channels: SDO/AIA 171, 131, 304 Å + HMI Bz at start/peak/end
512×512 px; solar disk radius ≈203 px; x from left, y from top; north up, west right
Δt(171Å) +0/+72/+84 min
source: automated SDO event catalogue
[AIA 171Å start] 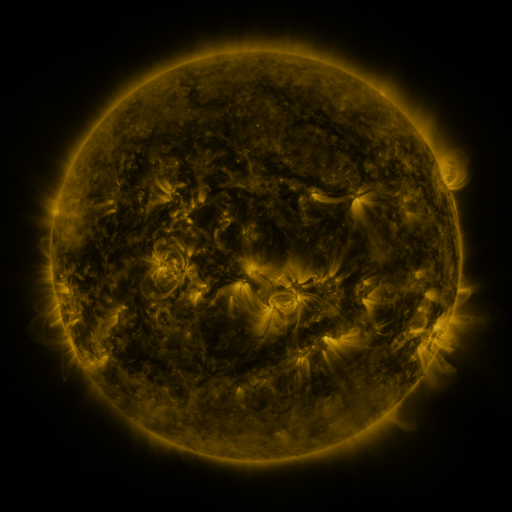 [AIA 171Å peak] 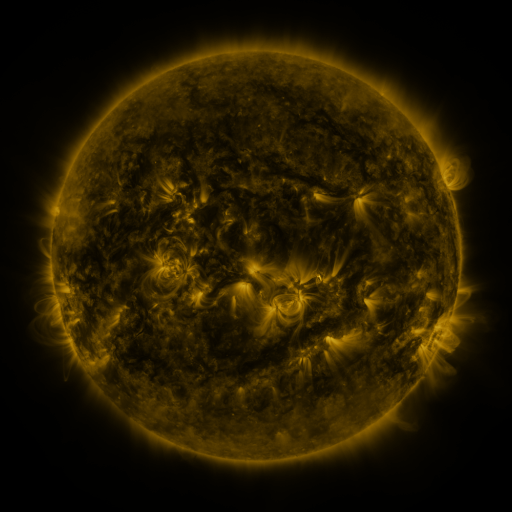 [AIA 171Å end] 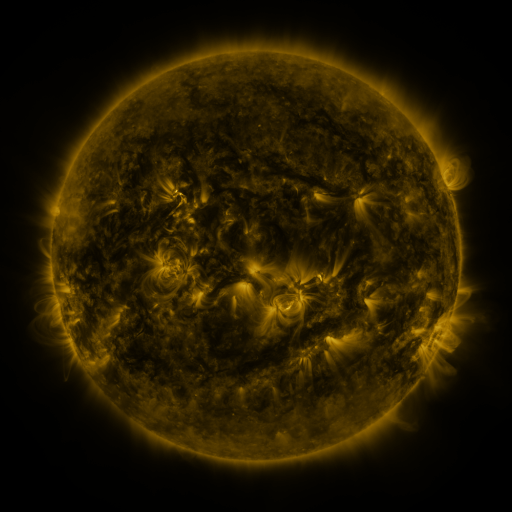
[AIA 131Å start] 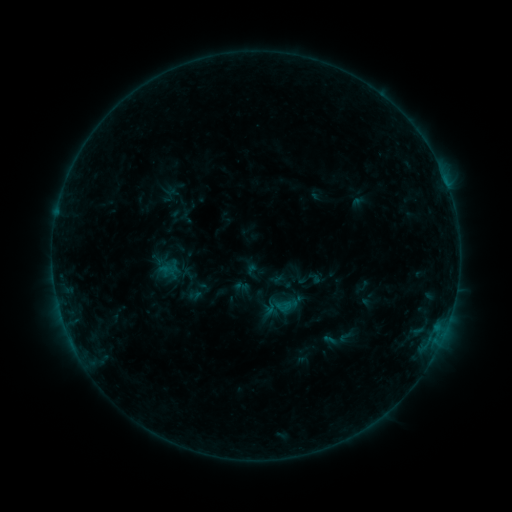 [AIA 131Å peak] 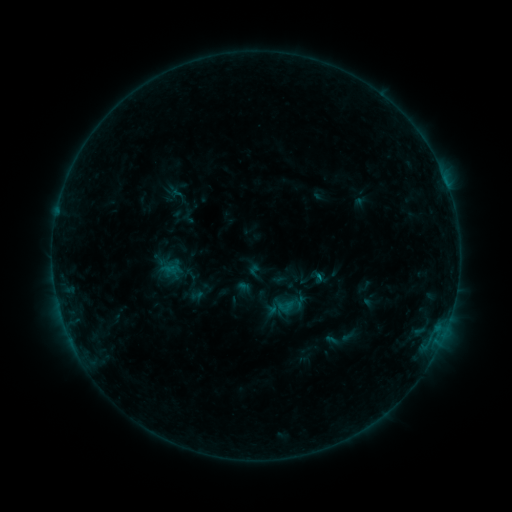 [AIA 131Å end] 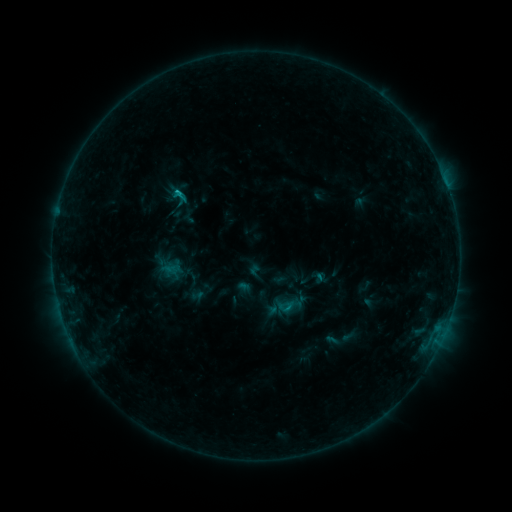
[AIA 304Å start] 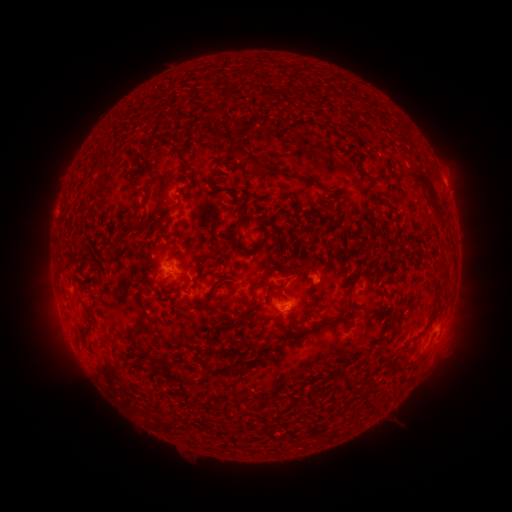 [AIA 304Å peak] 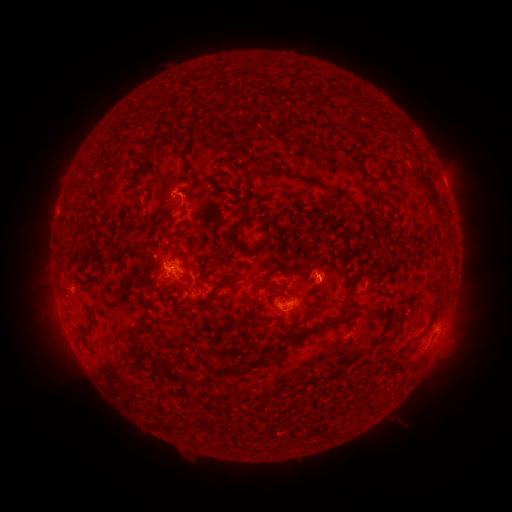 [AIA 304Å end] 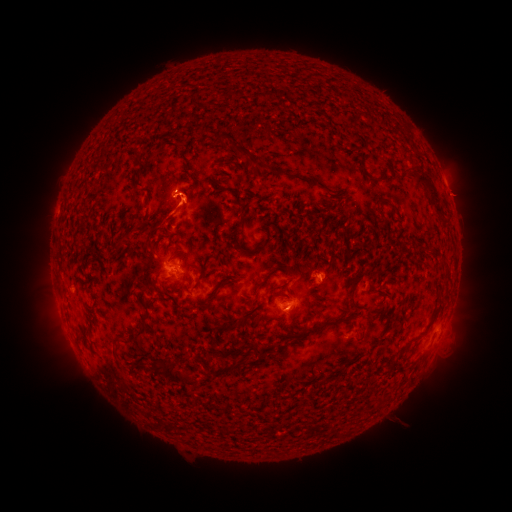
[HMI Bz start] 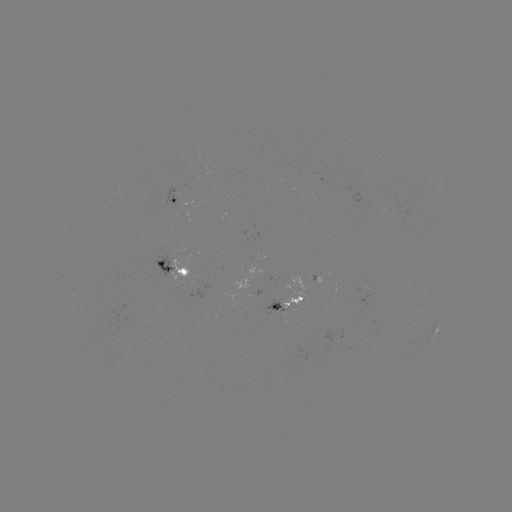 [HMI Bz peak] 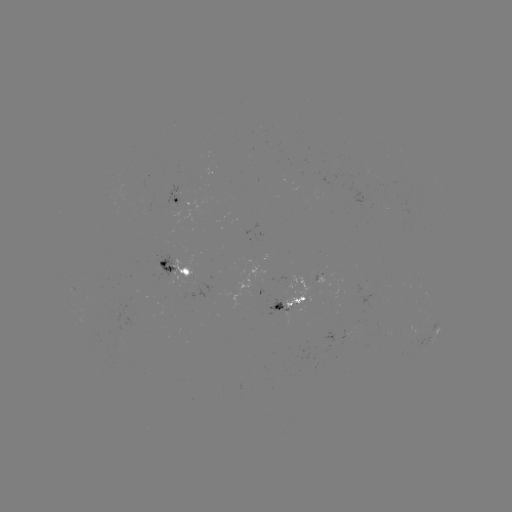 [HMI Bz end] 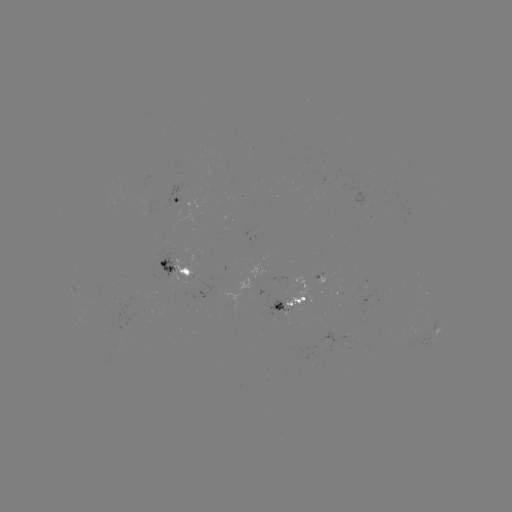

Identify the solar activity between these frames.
emerging-flux region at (284, 313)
